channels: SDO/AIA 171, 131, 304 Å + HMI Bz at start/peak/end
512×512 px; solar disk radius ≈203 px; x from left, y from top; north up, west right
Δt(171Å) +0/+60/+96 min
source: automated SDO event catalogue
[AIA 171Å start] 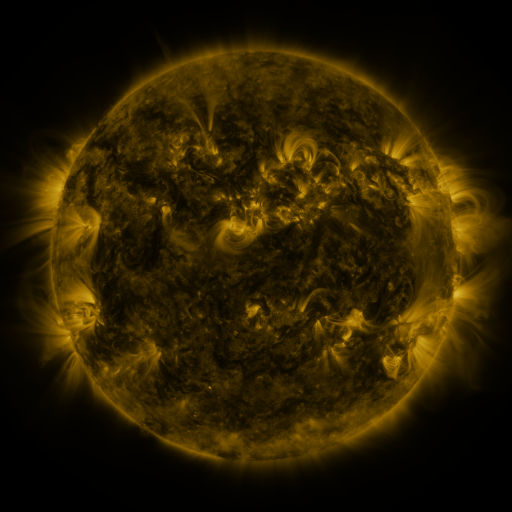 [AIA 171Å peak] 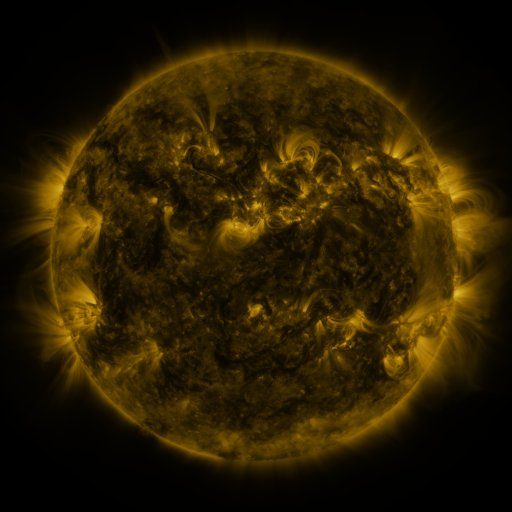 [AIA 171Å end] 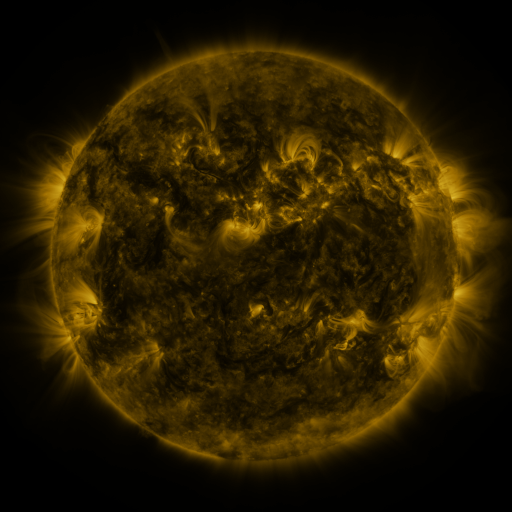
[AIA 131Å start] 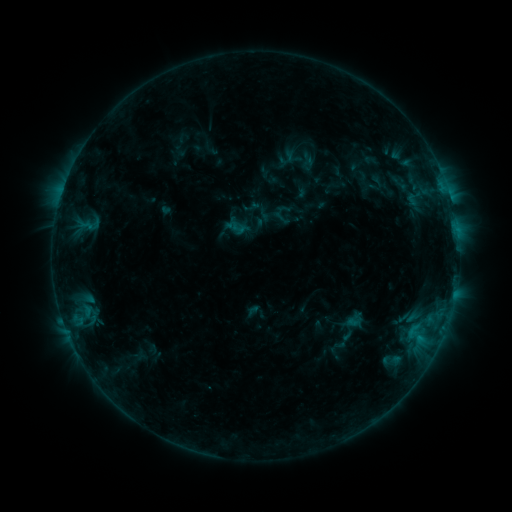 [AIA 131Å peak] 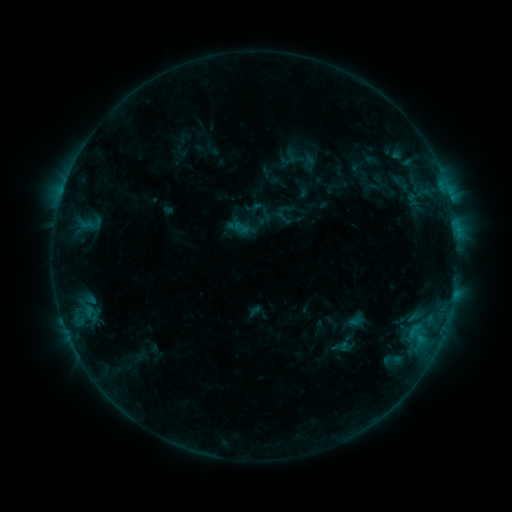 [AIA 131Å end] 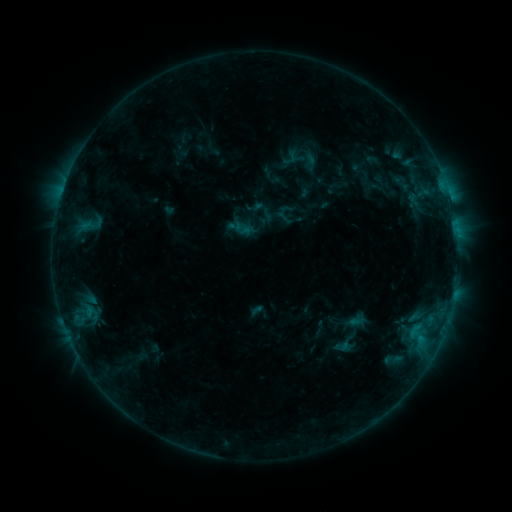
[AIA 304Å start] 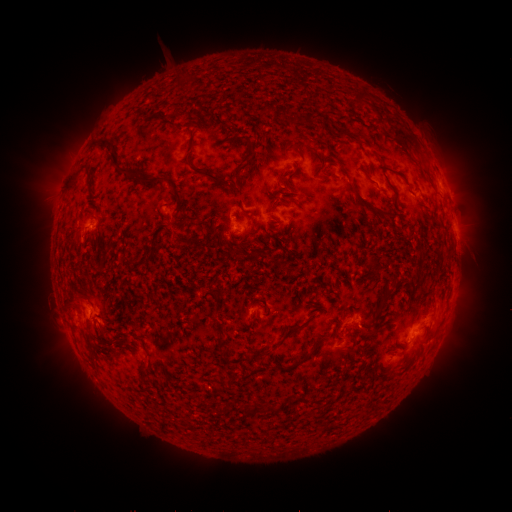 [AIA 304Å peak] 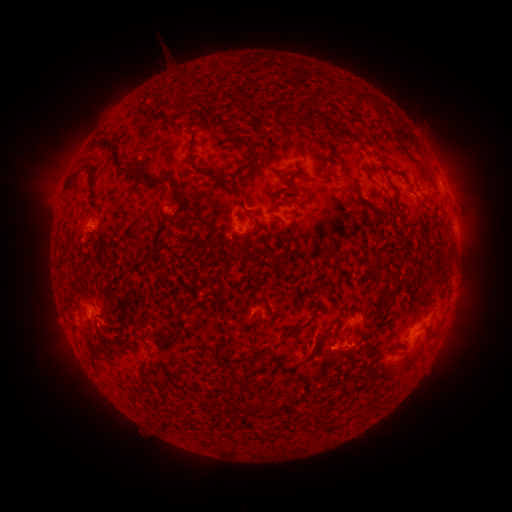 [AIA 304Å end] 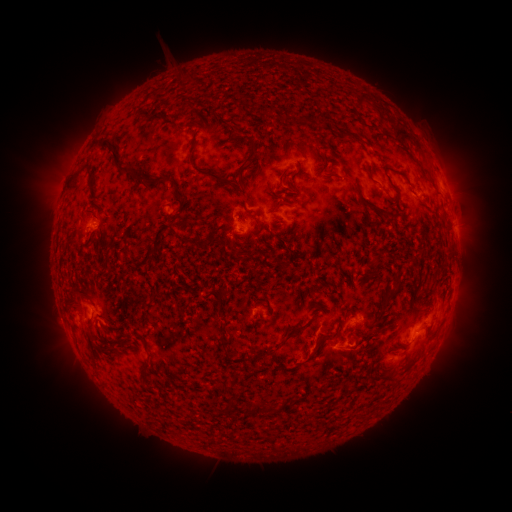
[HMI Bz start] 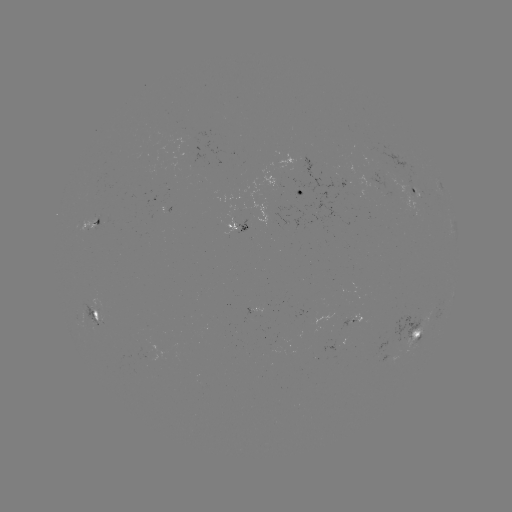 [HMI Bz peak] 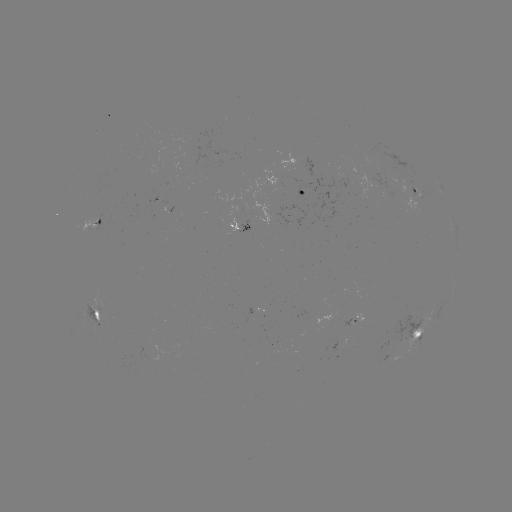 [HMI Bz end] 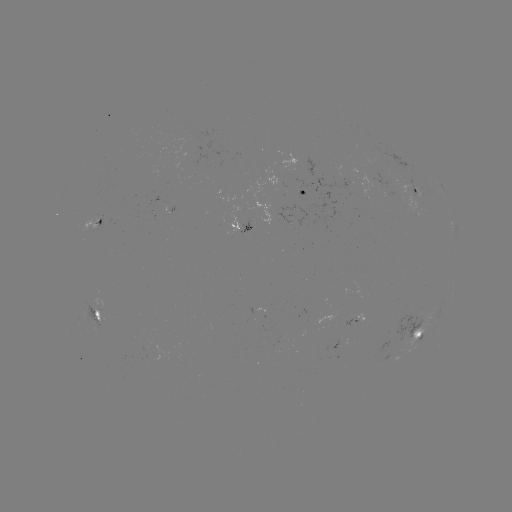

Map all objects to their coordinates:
emerging-flux region: (95, 313)
